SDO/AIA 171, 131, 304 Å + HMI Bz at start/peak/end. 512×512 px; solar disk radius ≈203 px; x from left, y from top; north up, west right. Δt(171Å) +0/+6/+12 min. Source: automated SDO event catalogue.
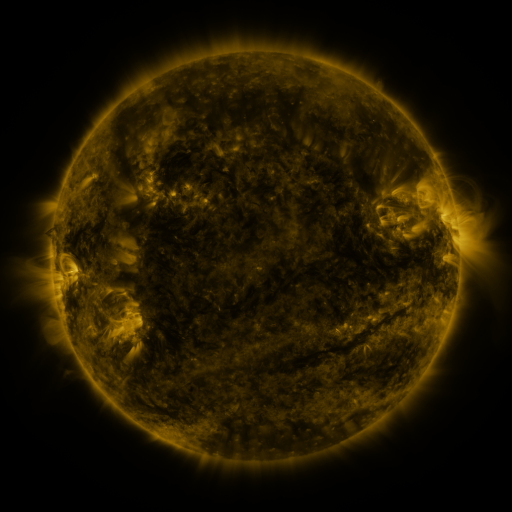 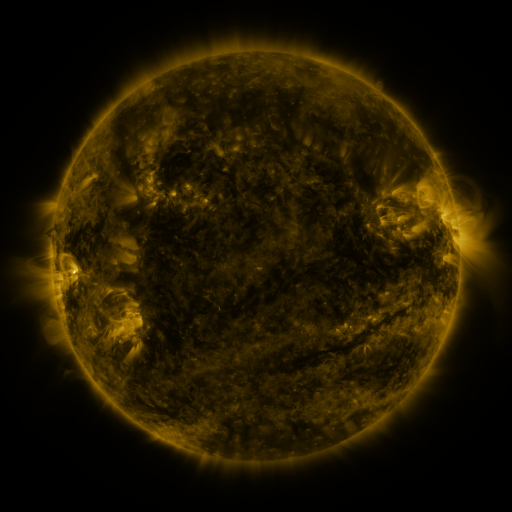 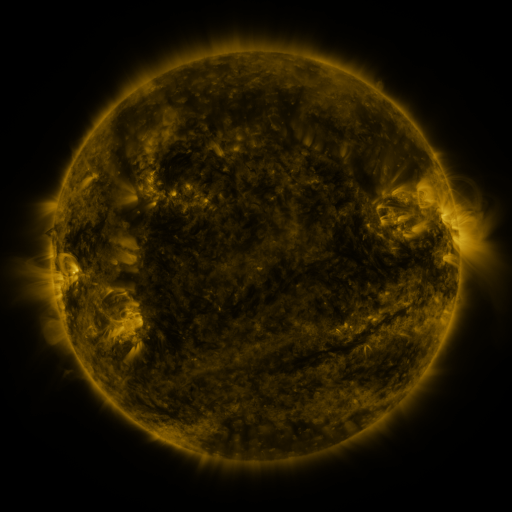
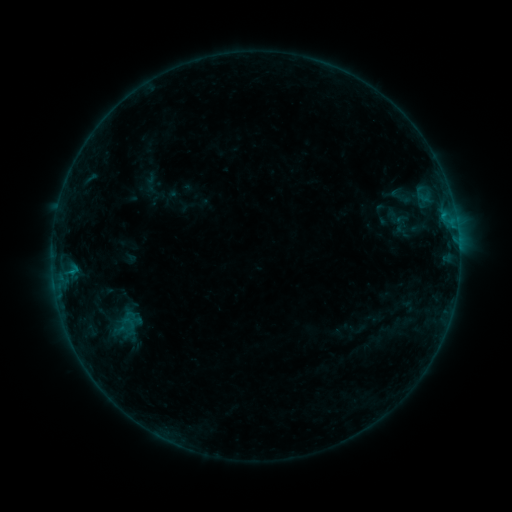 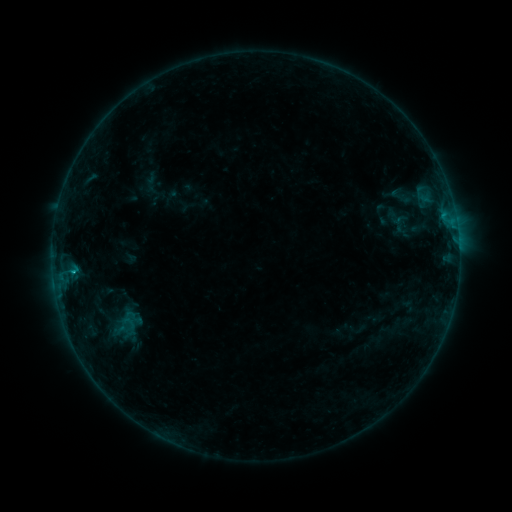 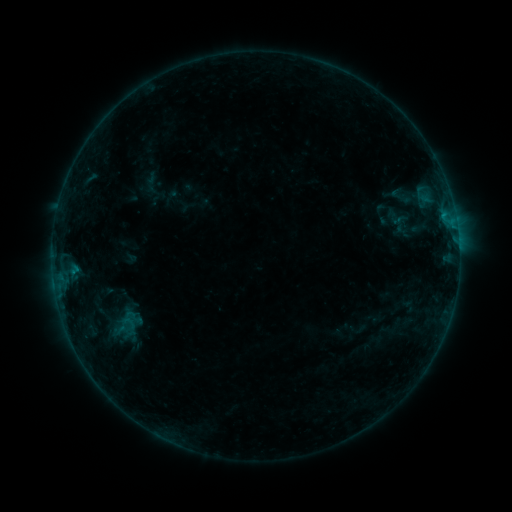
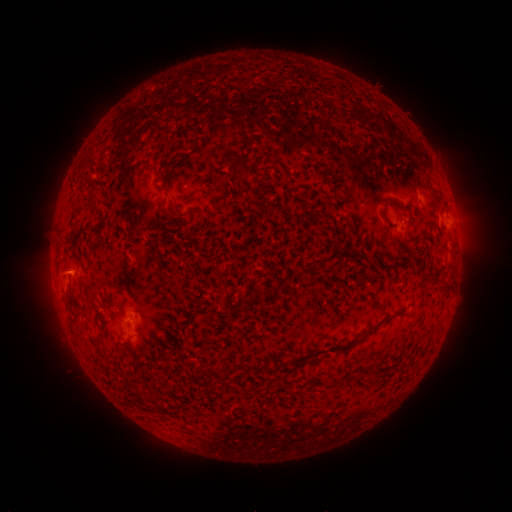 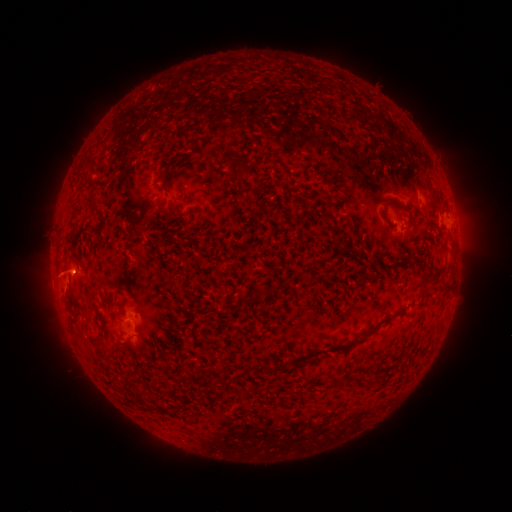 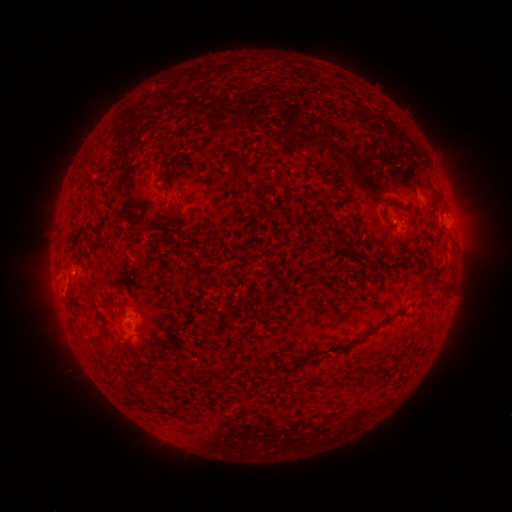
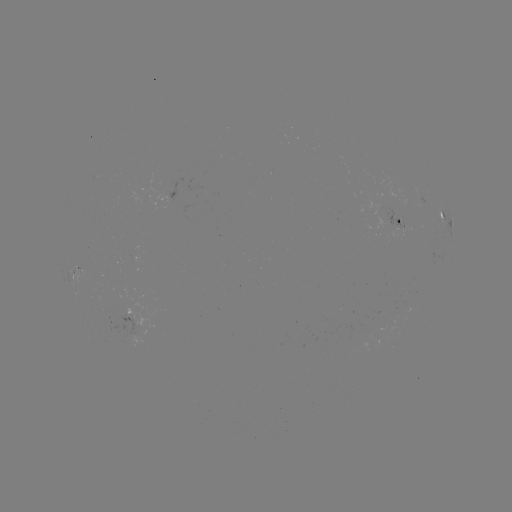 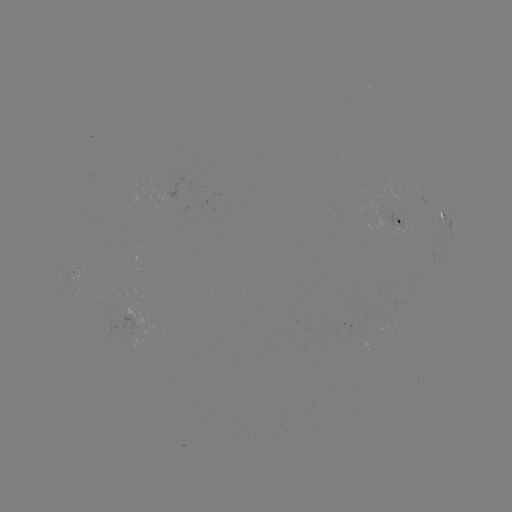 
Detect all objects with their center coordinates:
B3.5 flare: (74, 269)
